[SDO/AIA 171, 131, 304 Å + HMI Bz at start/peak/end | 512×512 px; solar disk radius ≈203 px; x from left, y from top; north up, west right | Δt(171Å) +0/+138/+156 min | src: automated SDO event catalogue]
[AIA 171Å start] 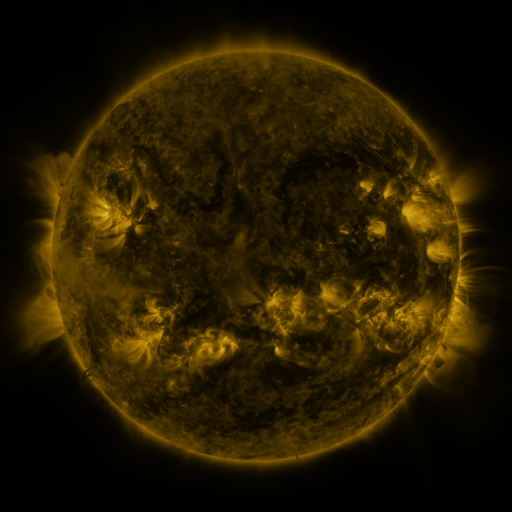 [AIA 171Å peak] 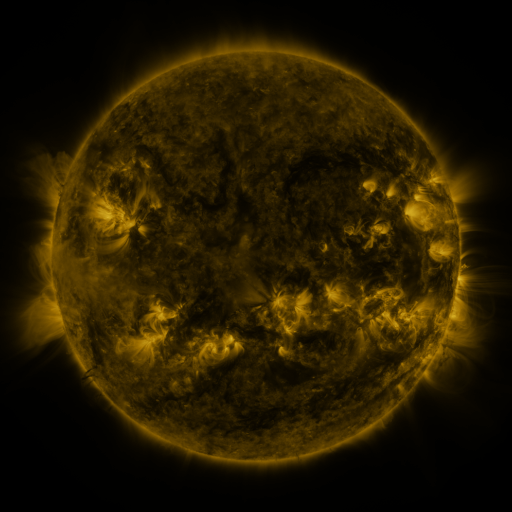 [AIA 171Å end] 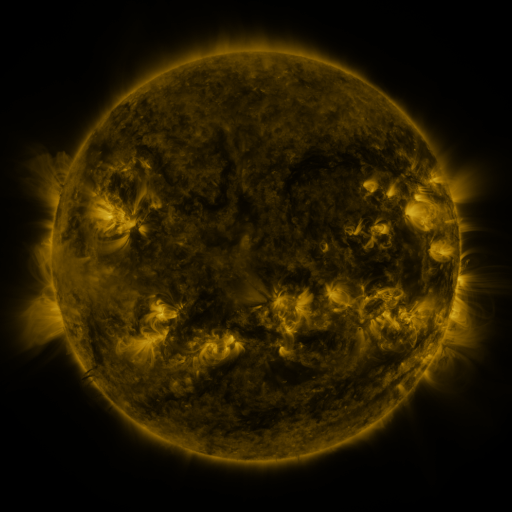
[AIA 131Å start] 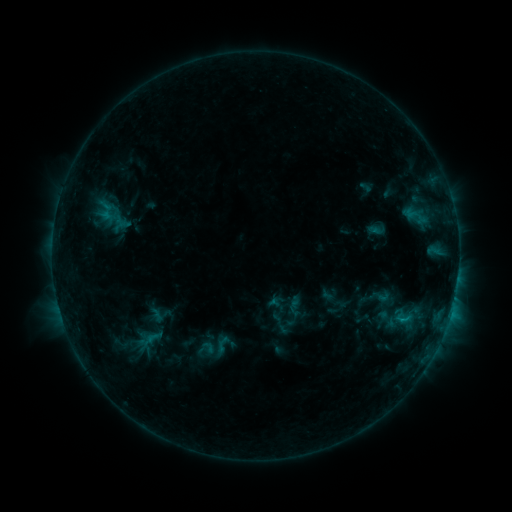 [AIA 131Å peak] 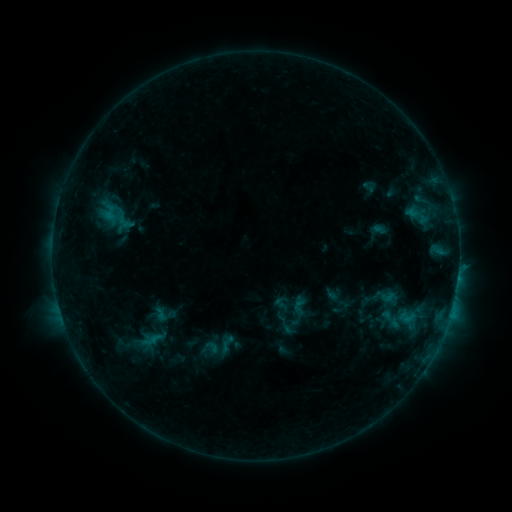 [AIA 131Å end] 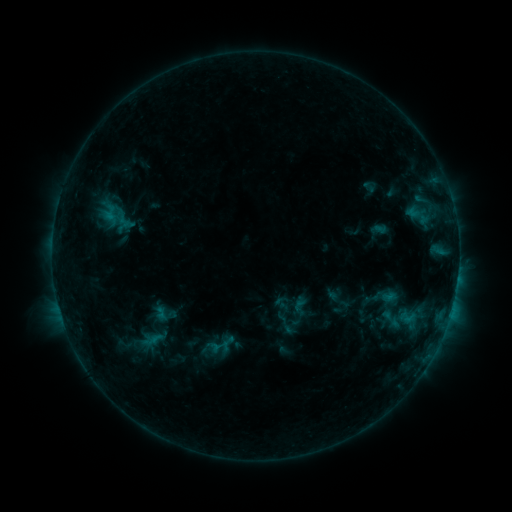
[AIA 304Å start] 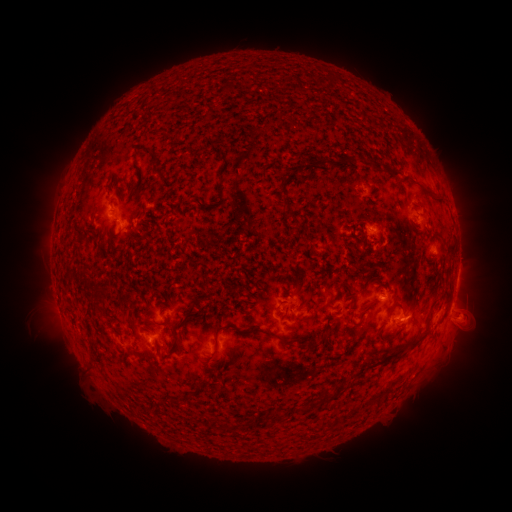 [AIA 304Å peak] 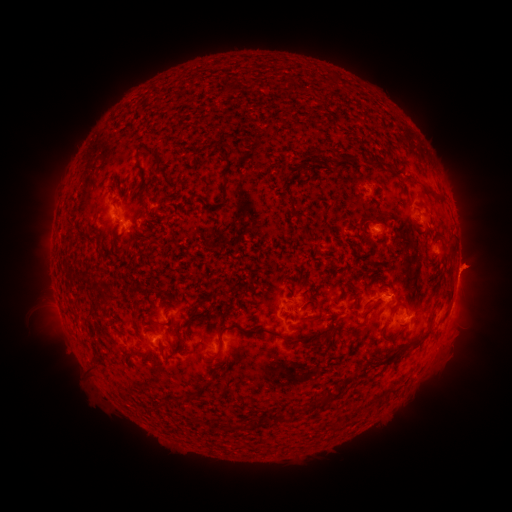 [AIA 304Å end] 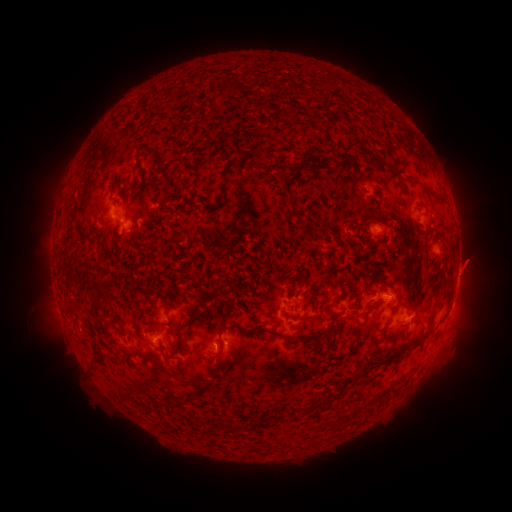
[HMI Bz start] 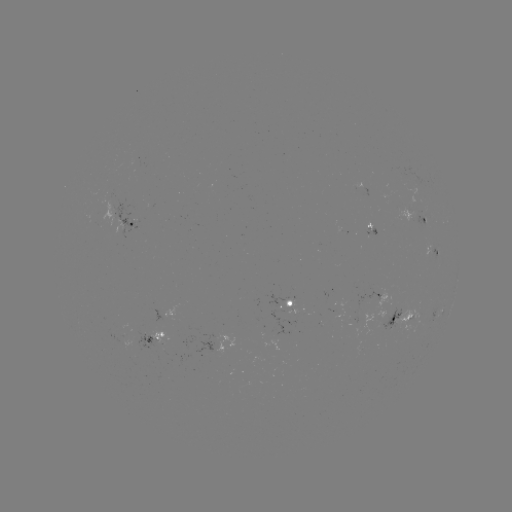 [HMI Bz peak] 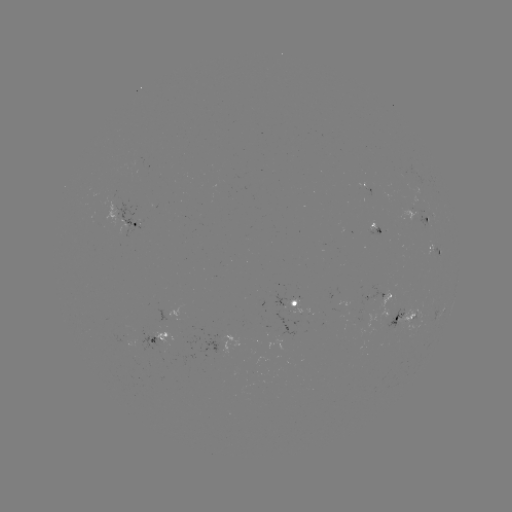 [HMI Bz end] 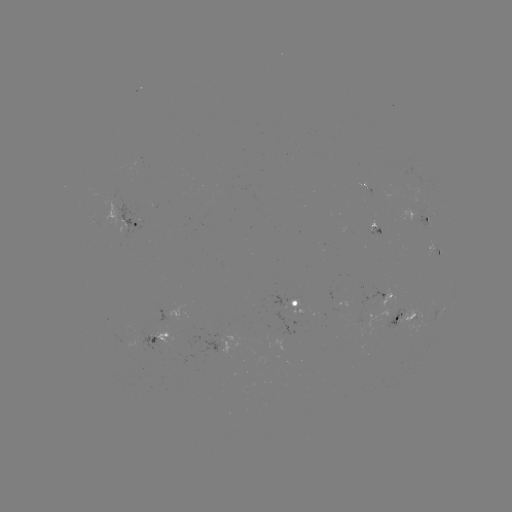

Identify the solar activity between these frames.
emerging-flux region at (367, 194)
